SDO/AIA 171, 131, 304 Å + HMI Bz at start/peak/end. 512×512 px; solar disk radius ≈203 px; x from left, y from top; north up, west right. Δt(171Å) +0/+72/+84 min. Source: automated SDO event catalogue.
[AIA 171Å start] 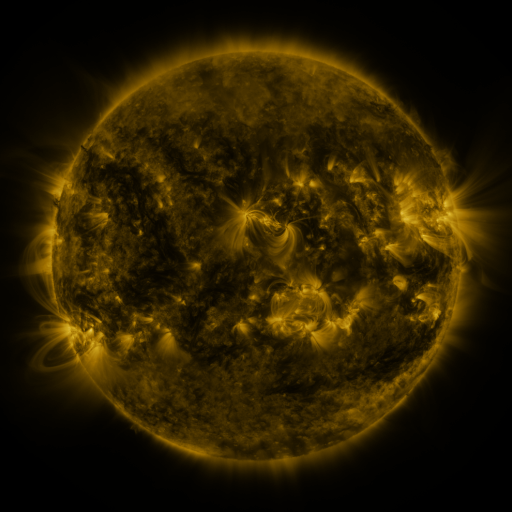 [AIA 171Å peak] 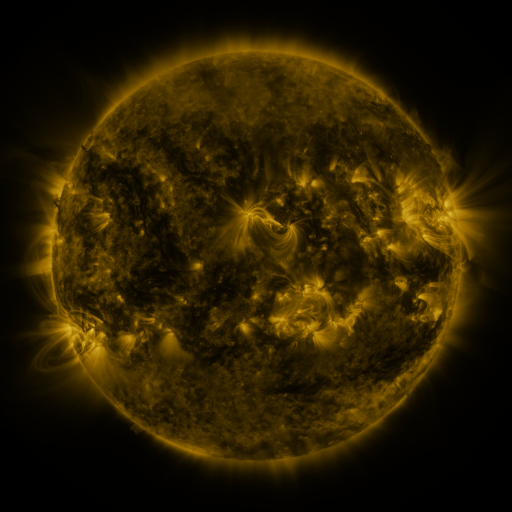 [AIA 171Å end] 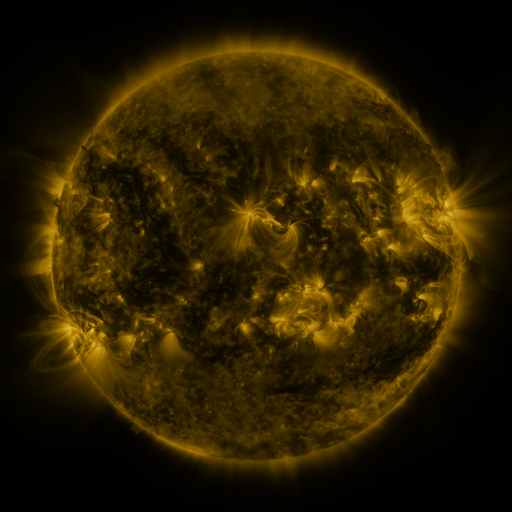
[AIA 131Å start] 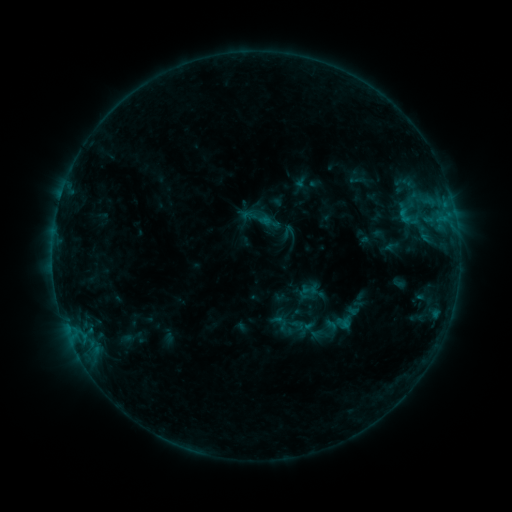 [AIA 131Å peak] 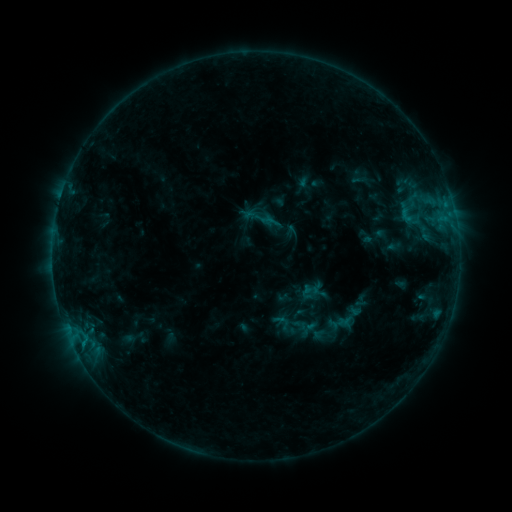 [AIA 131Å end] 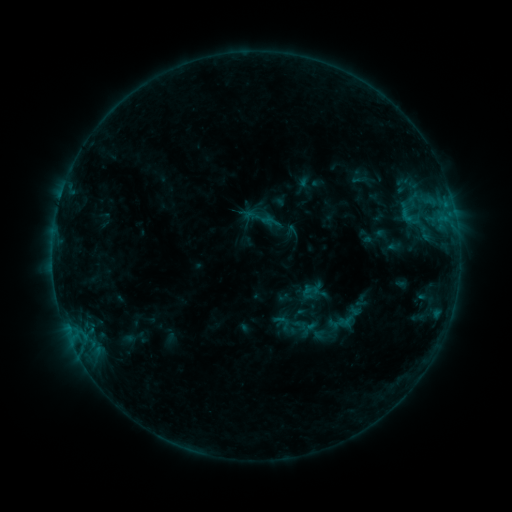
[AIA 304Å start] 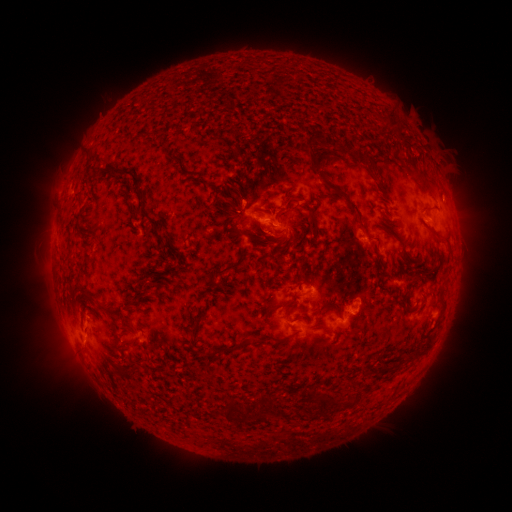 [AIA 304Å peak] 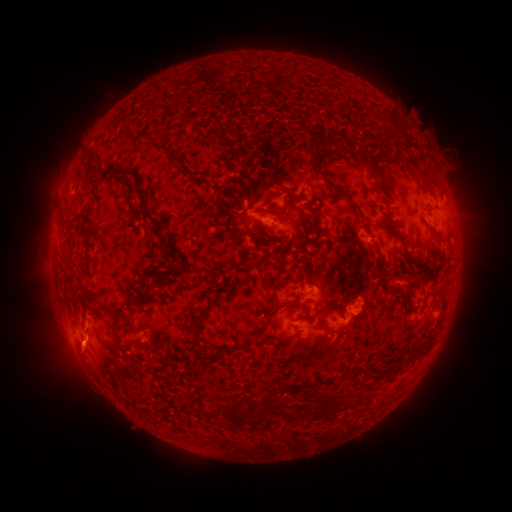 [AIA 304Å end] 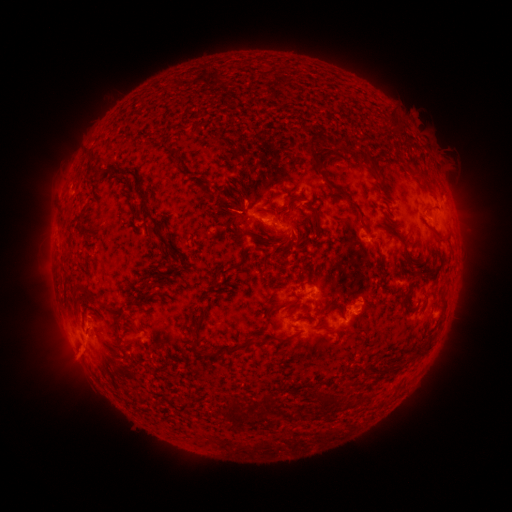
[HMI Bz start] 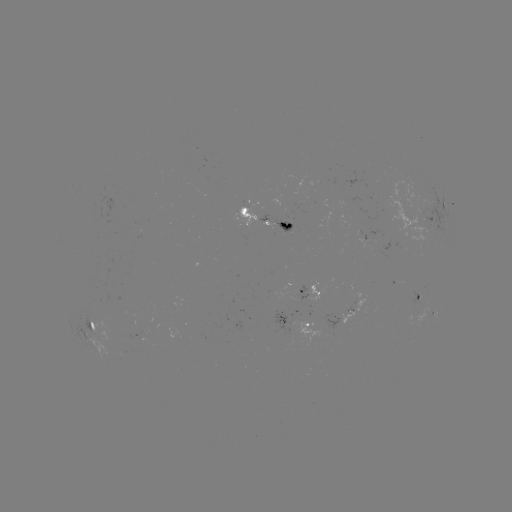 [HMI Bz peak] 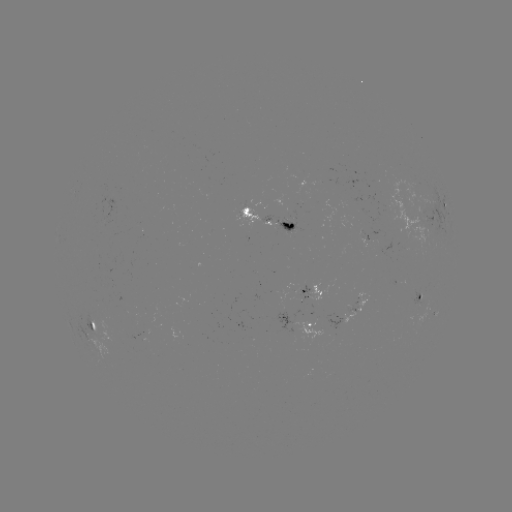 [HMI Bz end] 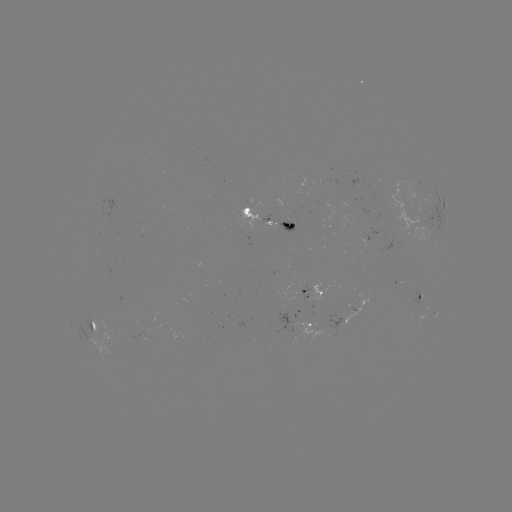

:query emerging-flux region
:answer (282, 221)